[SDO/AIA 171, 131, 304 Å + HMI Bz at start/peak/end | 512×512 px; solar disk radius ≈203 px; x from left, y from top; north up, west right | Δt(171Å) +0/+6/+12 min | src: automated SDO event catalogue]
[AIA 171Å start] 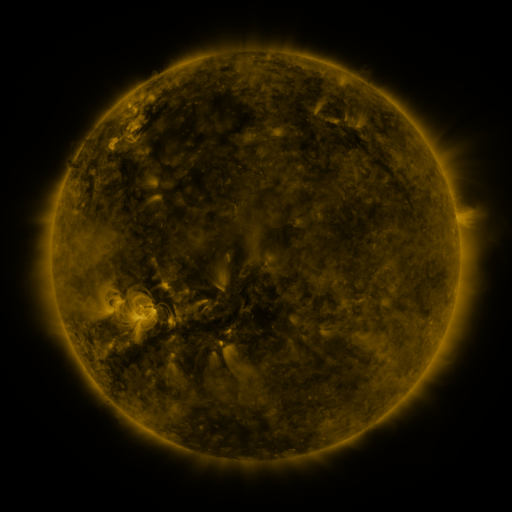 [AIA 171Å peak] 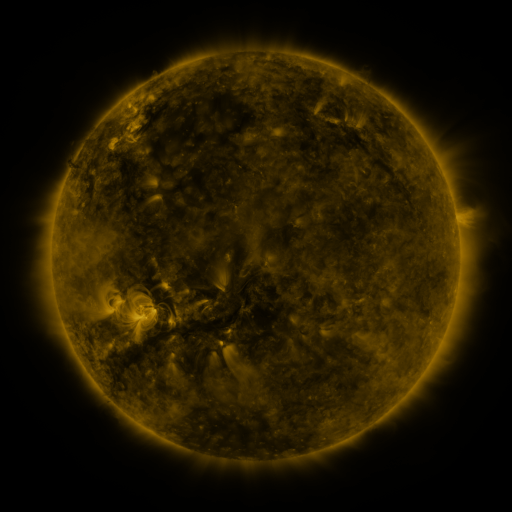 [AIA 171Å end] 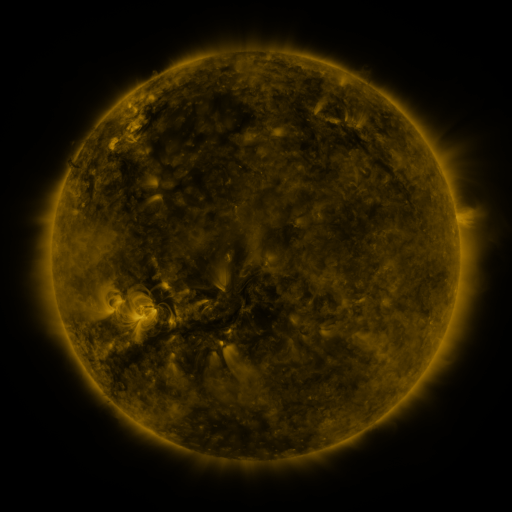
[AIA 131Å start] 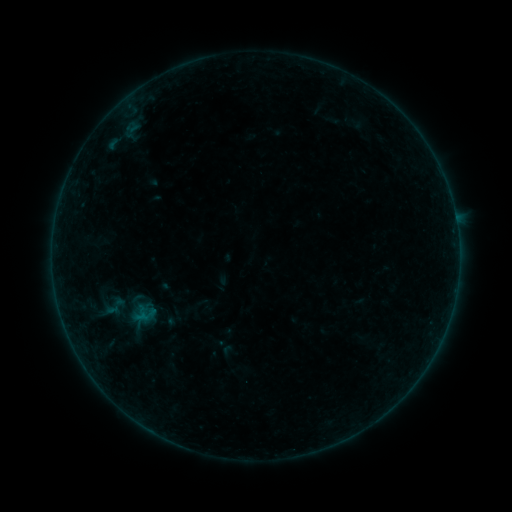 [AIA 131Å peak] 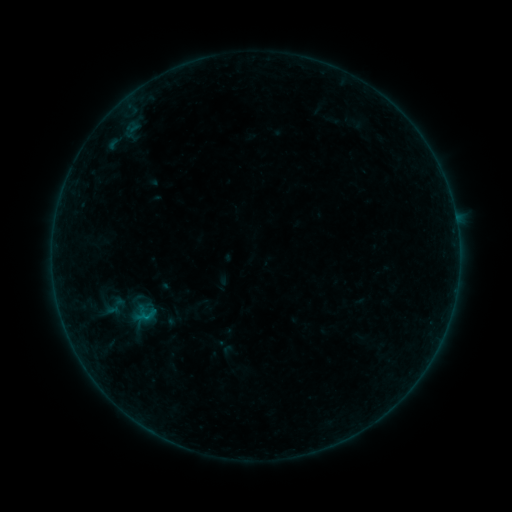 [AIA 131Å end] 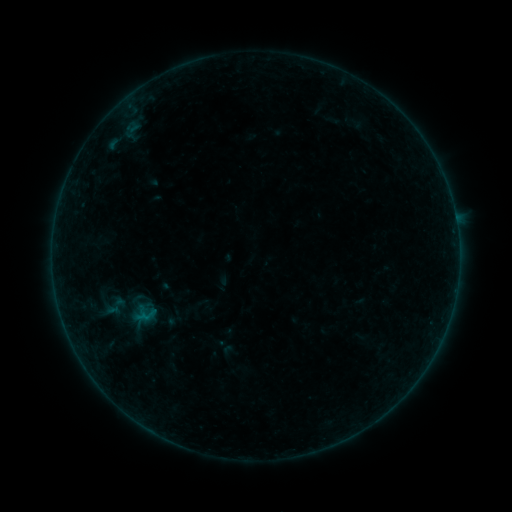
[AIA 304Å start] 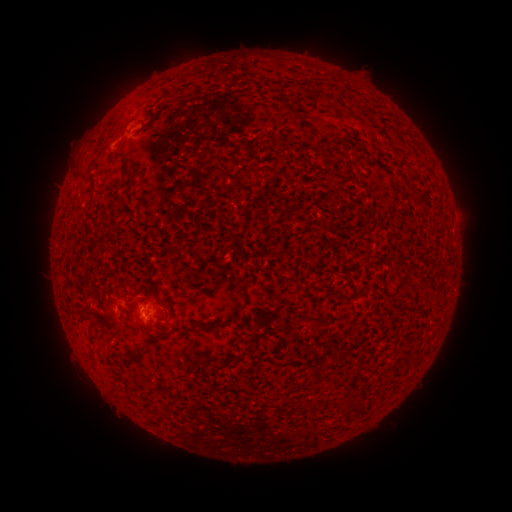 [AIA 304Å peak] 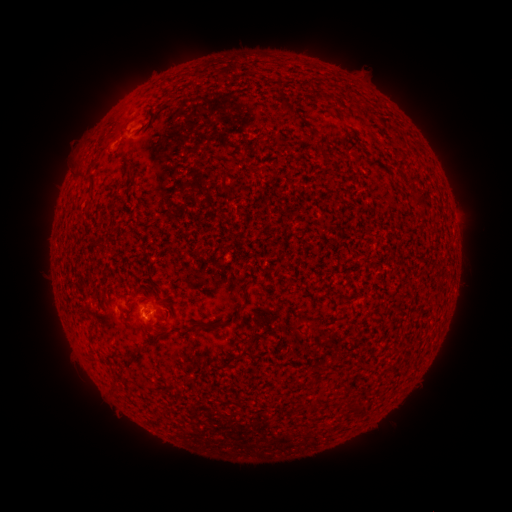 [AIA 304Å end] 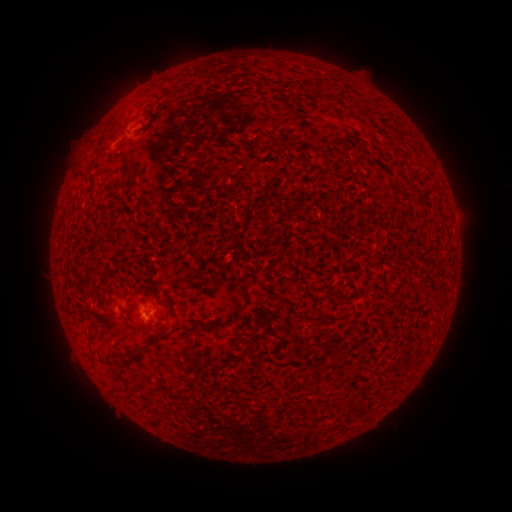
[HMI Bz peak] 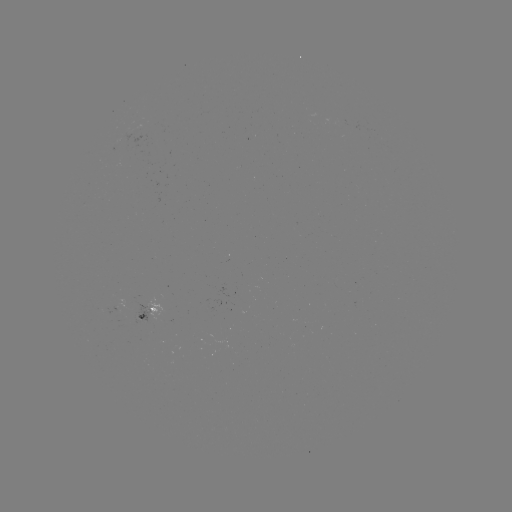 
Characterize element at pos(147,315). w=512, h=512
B1.3 flare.